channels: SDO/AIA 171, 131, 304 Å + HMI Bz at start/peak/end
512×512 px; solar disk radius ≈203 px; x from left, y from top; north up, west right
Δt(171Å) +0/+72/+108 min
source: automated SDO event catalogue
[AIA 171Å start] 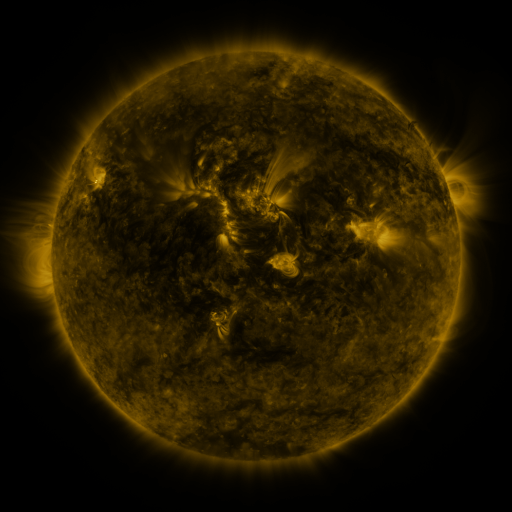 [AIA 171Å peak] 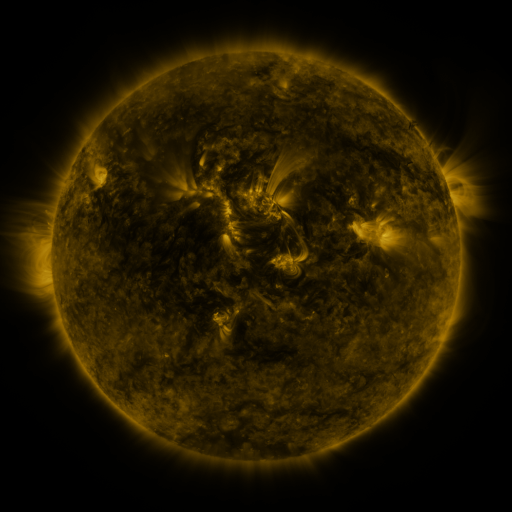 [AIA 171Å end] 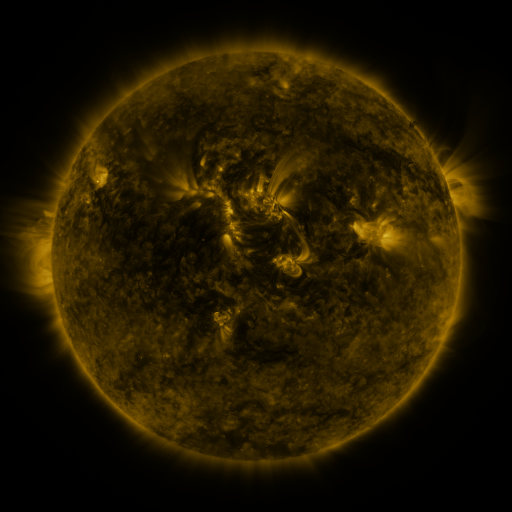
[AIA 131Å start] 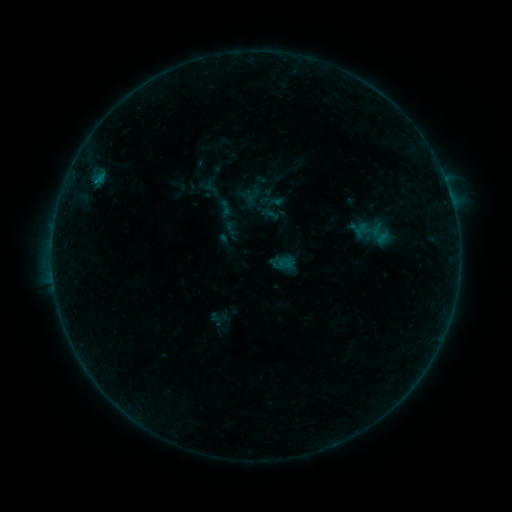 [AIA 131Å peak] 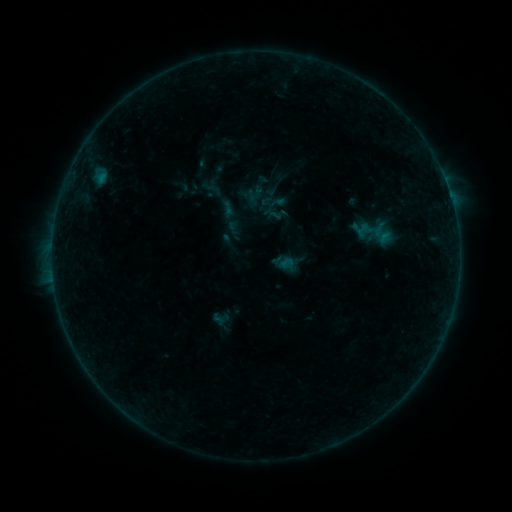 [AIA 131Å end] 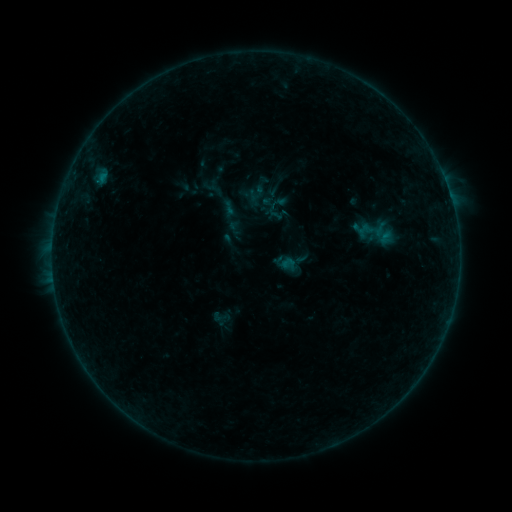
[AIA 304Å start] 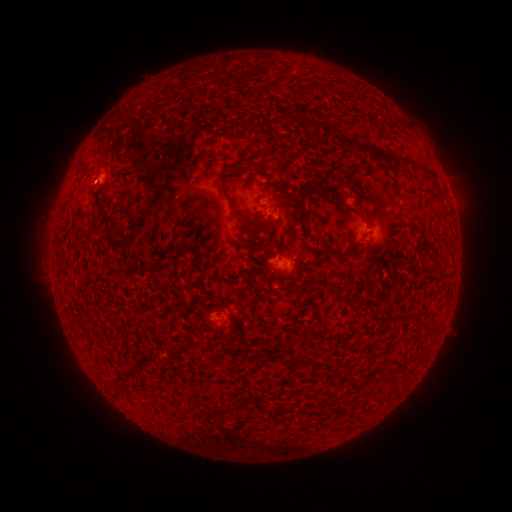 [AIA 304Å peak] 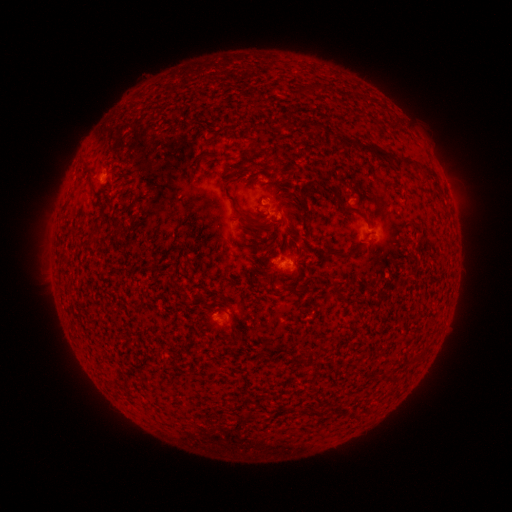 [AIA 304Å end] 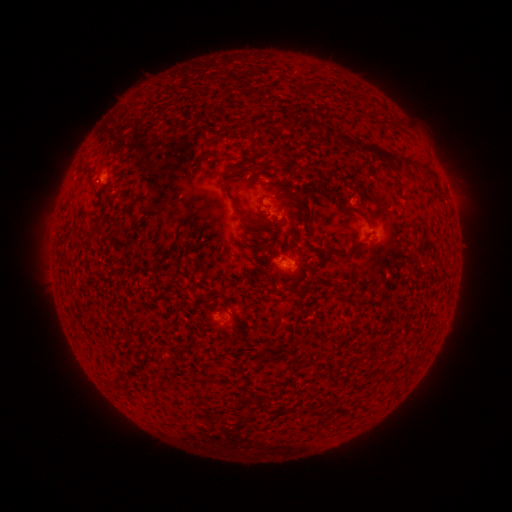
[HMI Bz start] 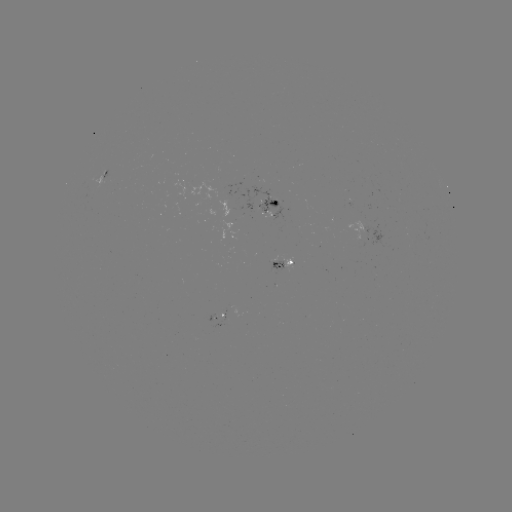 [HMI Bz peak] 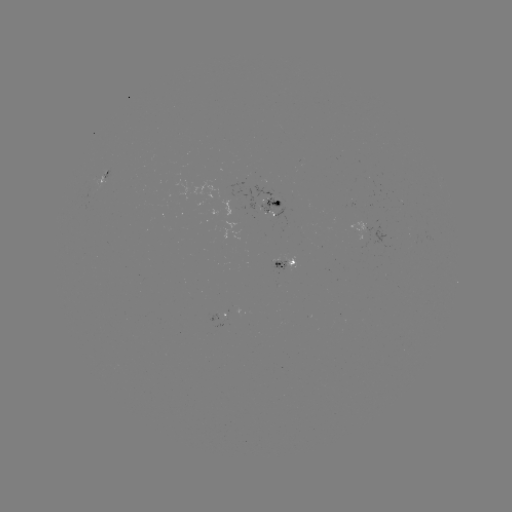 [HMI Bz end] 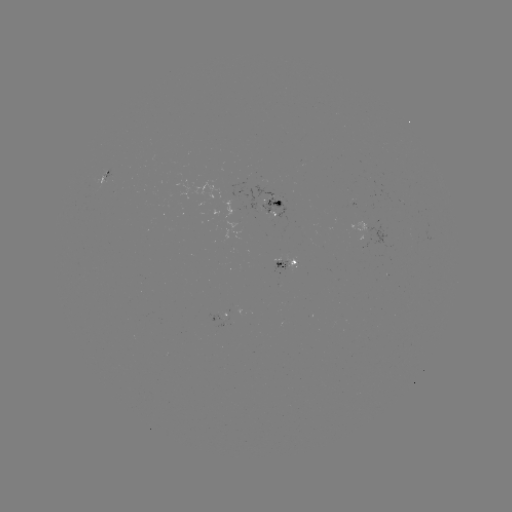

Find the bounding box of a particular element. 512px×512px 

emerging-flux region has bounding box [208, 313, 219, 322].